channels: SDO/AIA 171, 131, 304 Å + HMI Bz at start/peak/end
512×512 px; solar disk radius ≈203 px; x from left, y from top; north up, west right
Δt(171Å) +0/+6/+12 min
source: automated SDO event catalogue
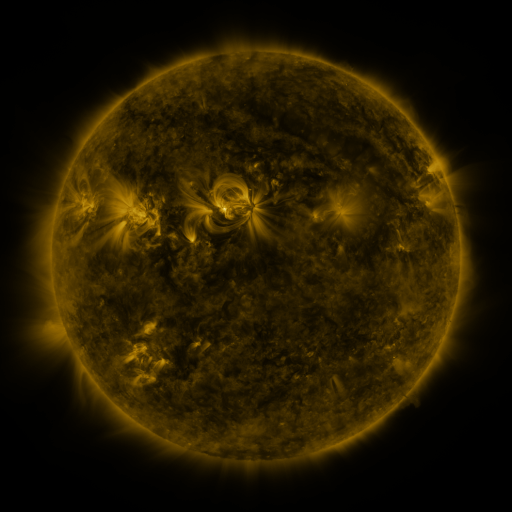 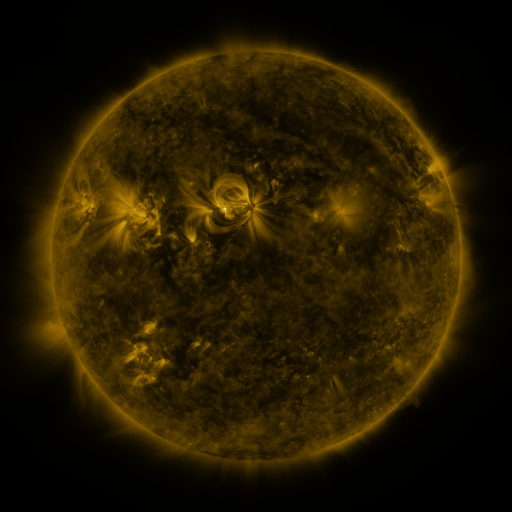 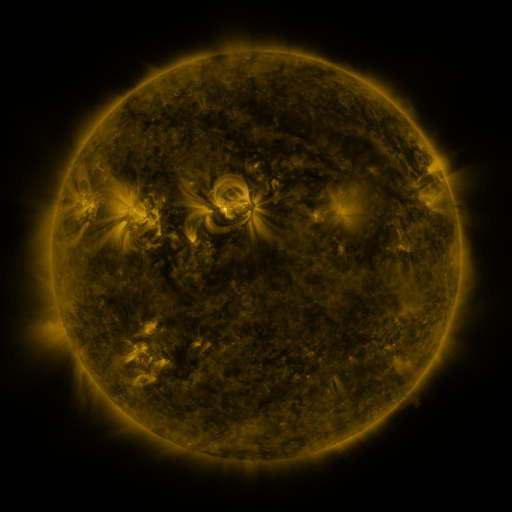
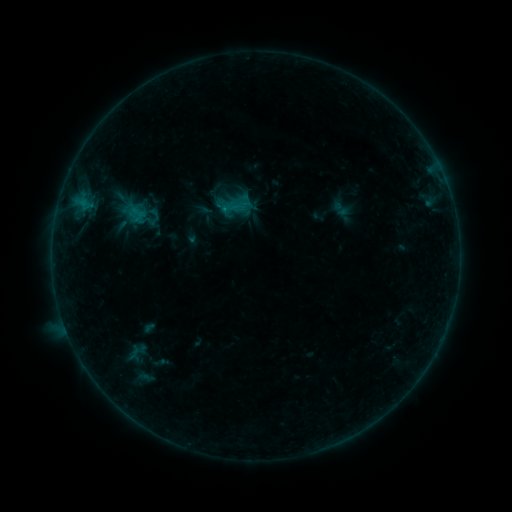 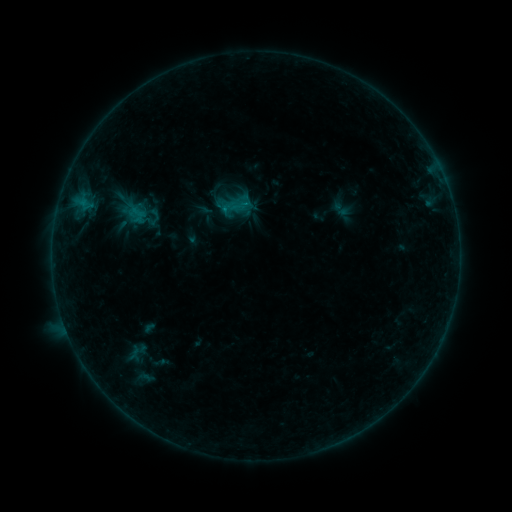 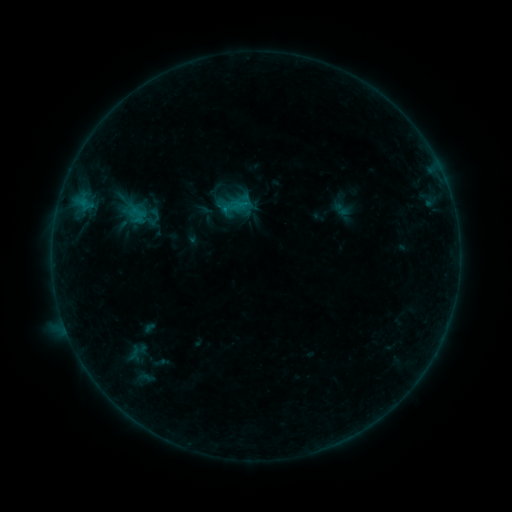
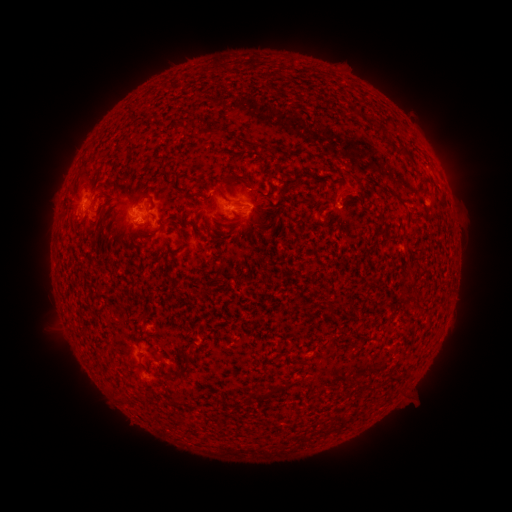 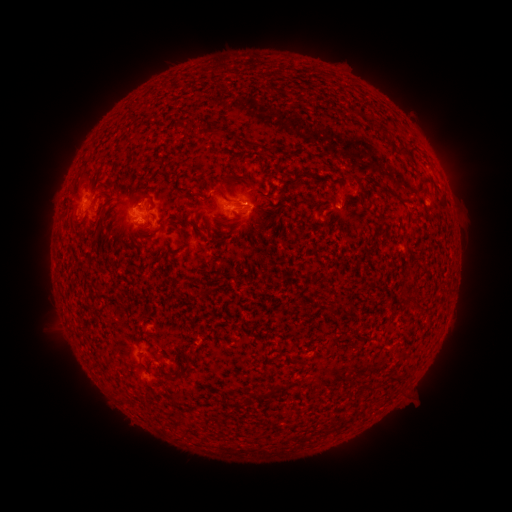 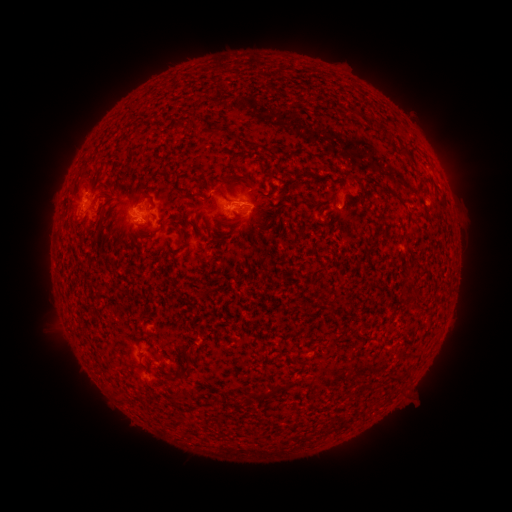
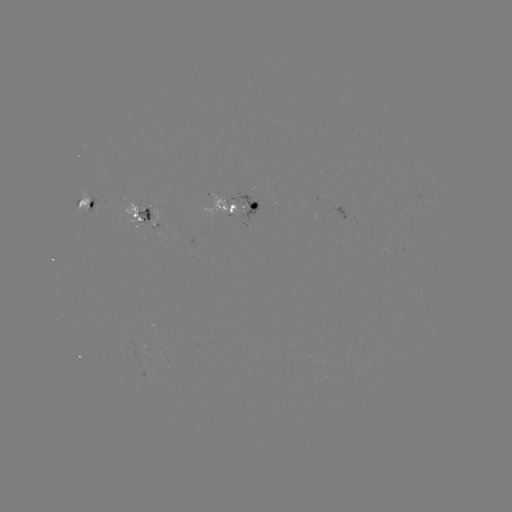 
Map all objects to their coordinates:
B6.9 flare: (142, 222)
